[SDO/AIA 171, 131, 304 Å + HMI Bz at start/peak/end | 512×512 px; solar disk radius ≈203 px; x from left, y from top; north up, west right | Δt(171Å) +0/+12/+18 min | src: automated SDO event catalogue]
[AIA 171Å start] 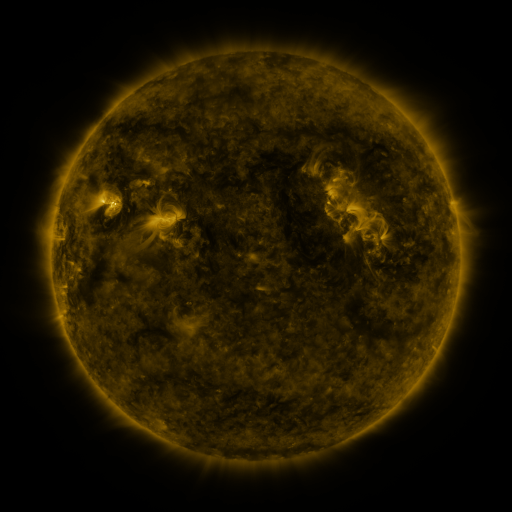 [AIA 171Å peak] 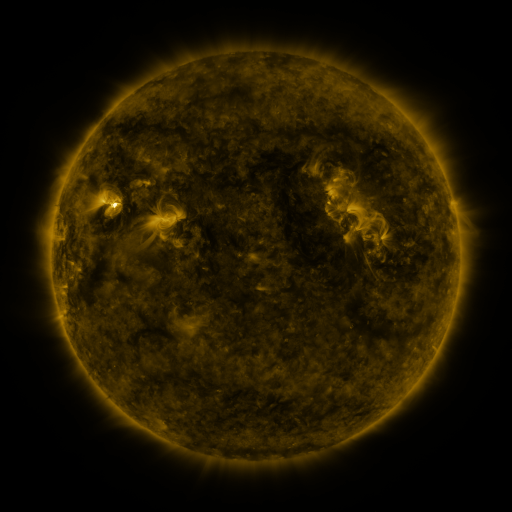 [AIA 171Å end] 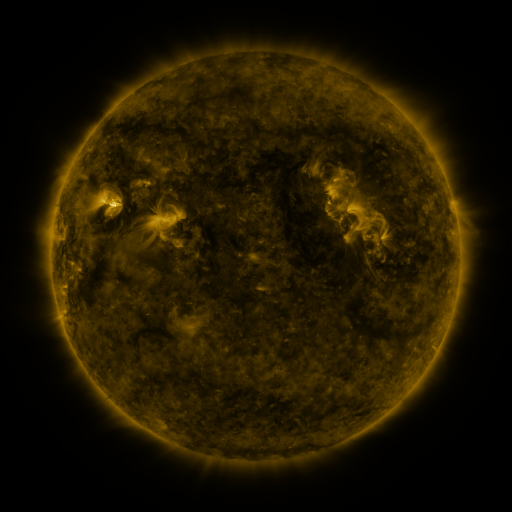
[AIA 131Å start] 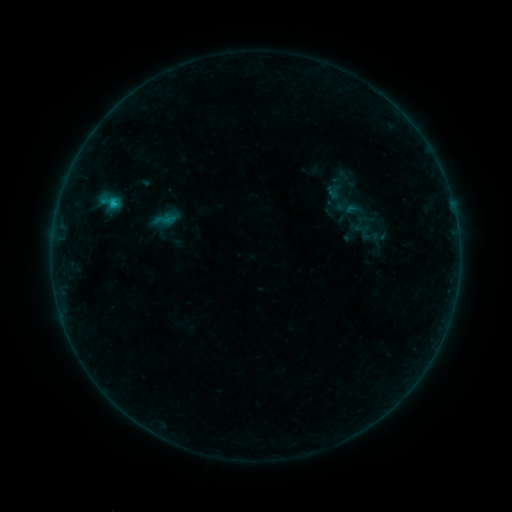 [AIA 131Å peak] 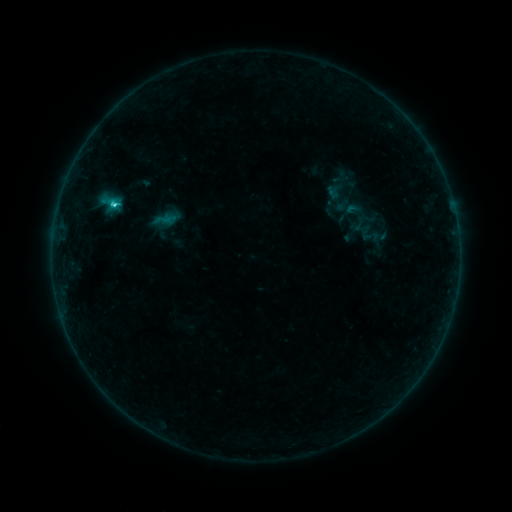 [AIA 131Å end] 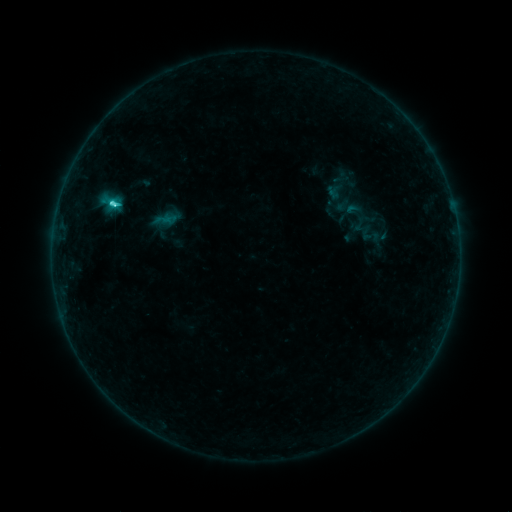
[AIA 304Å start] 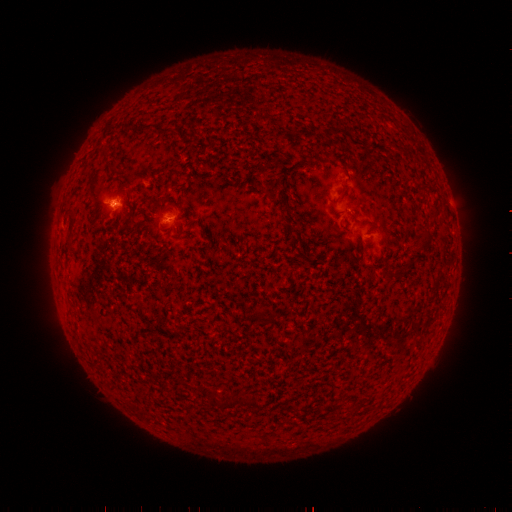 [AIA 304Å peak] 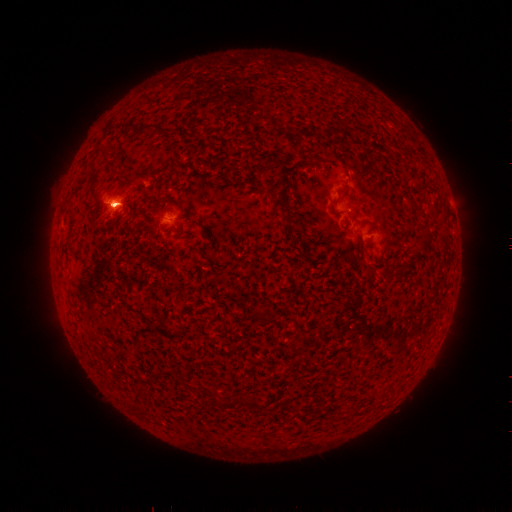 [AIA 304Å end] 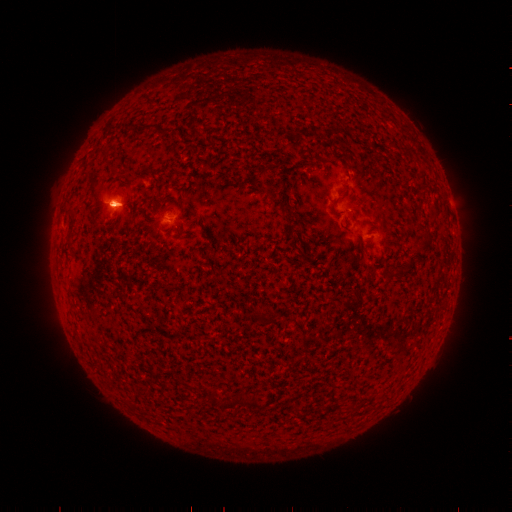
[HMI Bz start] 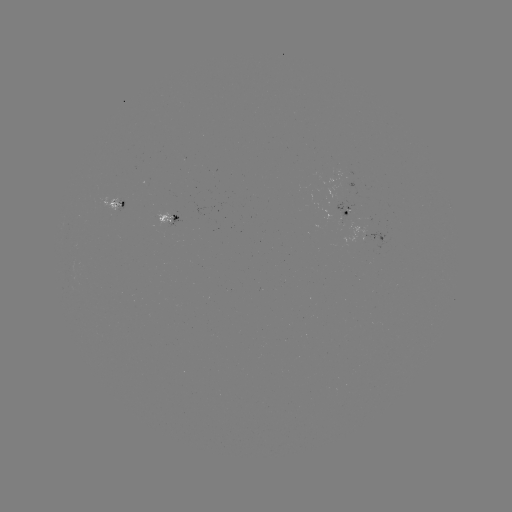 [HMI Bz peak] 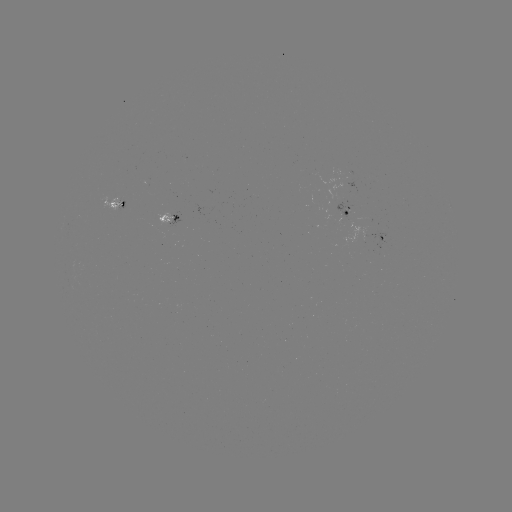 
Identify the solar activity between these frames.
C9.3 flare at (116, 207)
